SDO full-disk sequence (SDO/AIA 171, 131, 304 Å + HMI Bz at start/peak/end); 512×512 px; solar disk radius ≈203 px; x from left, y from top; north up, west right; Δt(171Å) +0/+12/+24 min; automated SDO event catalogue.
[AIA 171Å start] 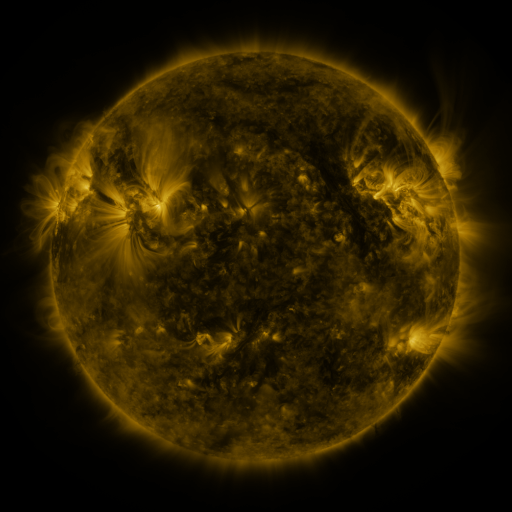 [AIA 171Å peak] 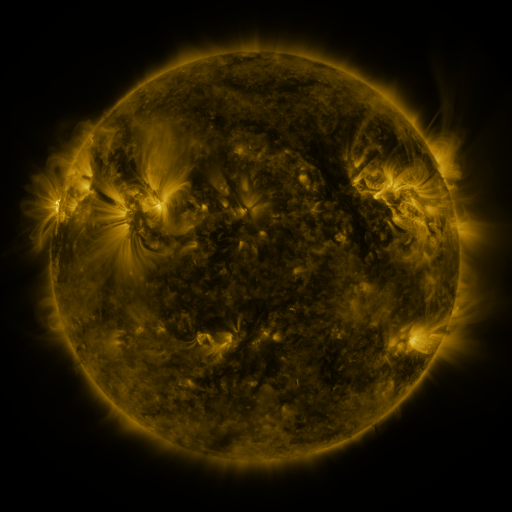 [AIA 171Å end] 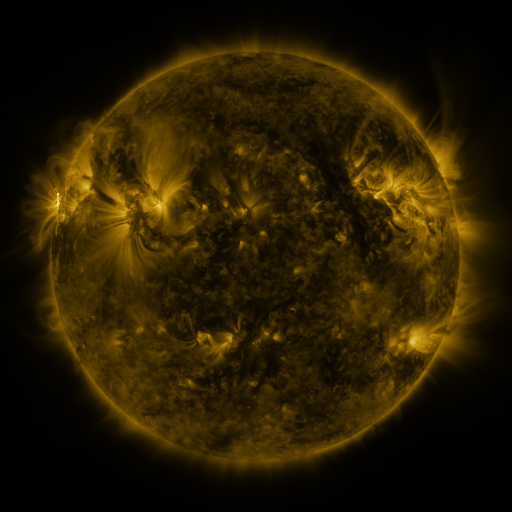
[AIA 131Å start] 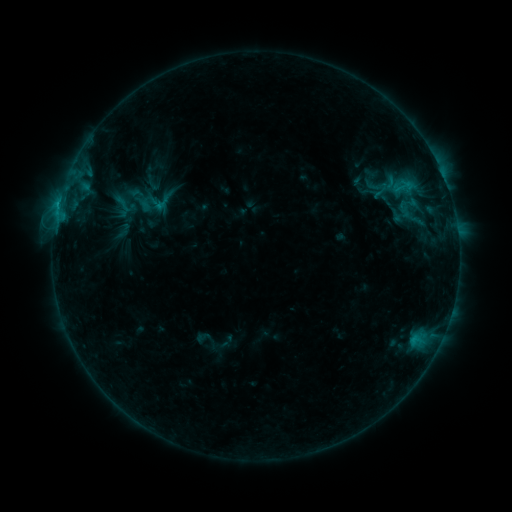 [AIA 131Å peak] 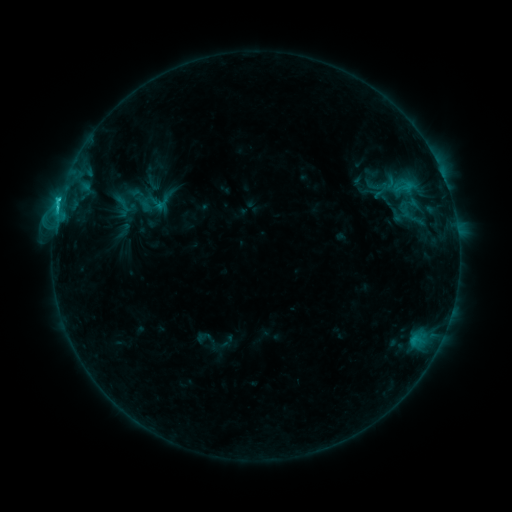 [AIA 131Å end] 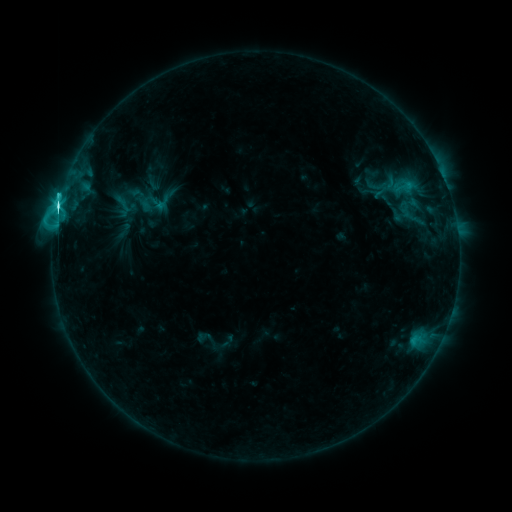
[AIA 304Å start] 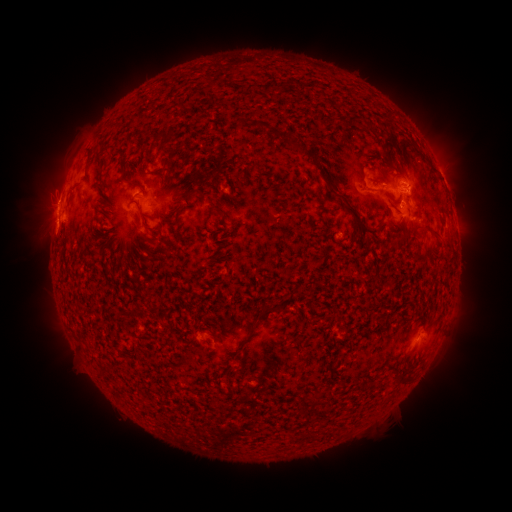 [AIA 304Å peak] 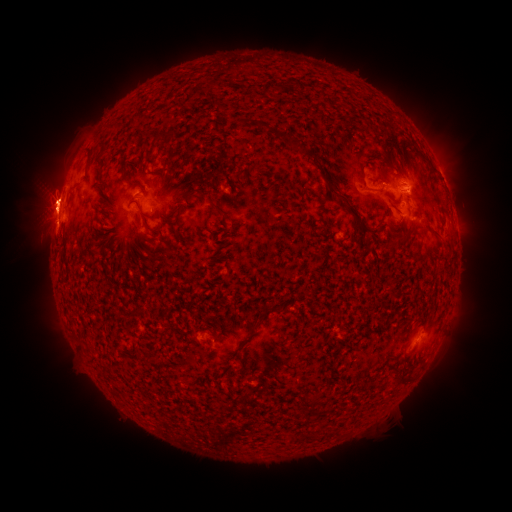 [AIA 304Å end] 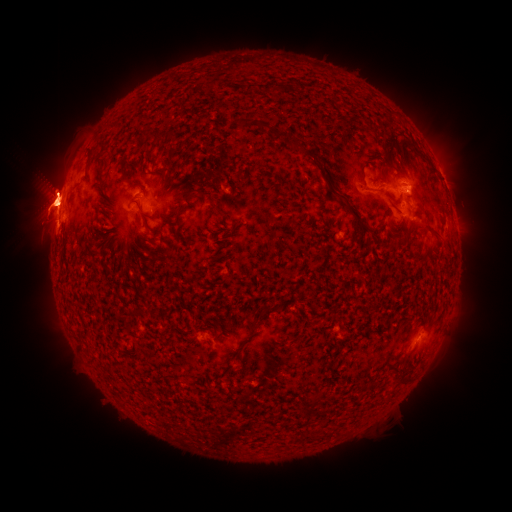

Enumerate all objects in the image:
C8.9 flare: (59, 204)
